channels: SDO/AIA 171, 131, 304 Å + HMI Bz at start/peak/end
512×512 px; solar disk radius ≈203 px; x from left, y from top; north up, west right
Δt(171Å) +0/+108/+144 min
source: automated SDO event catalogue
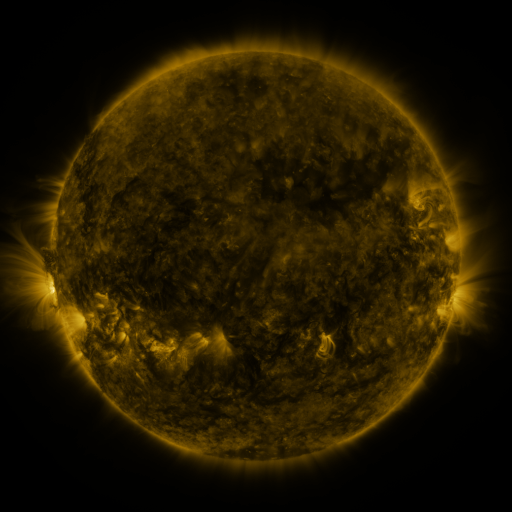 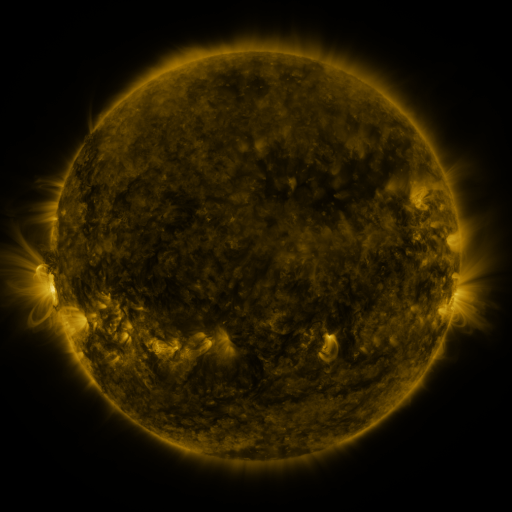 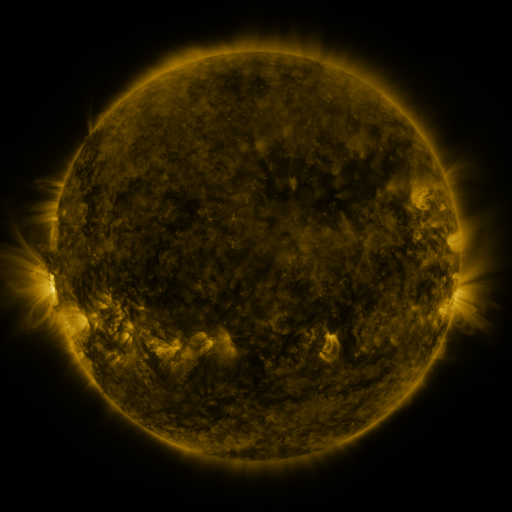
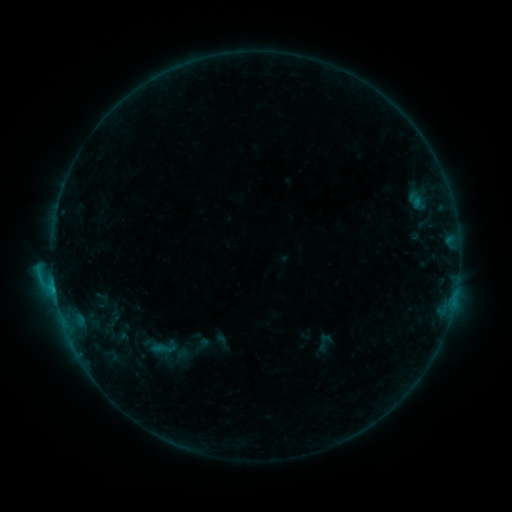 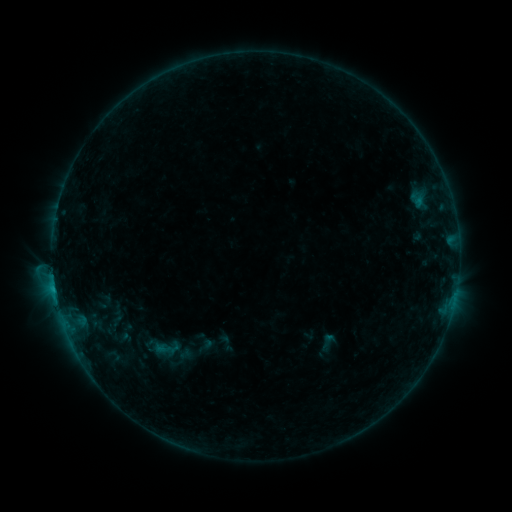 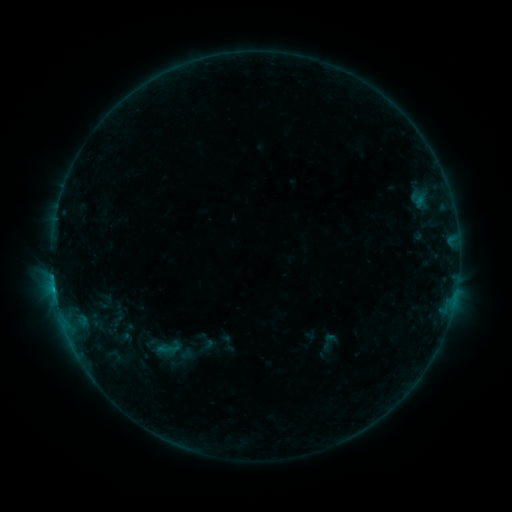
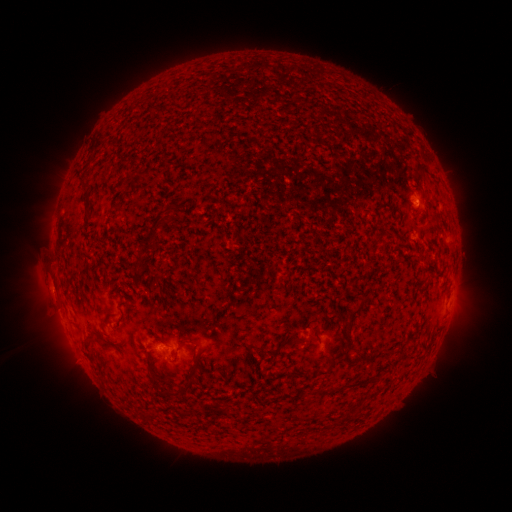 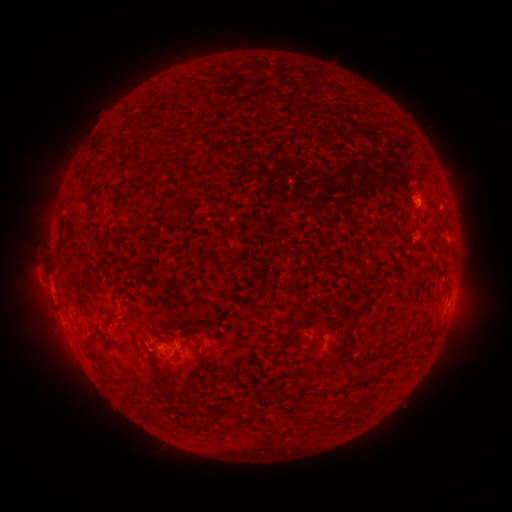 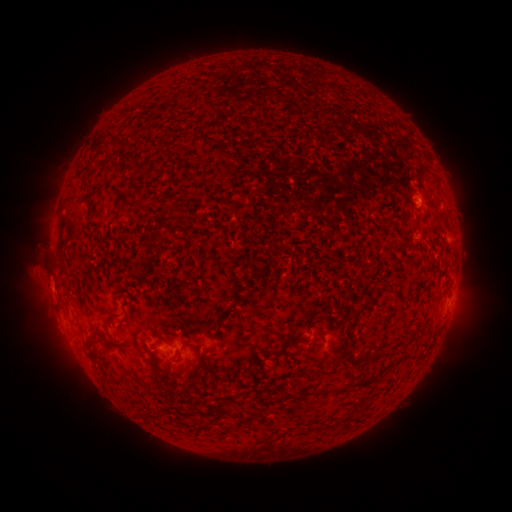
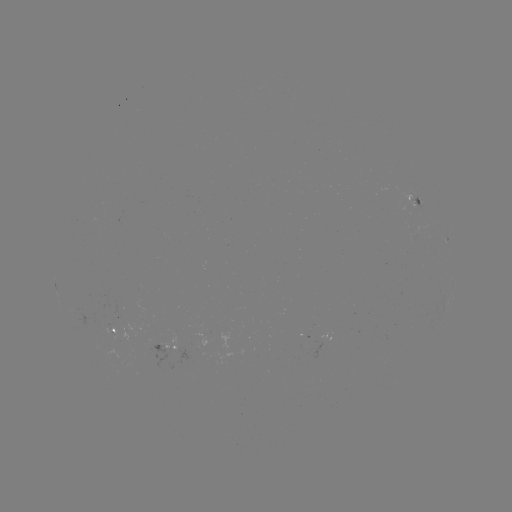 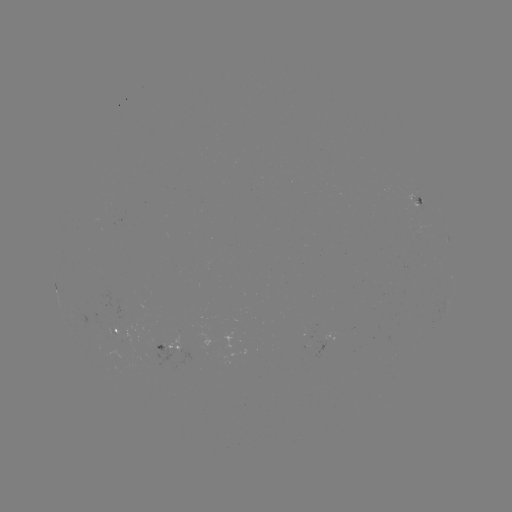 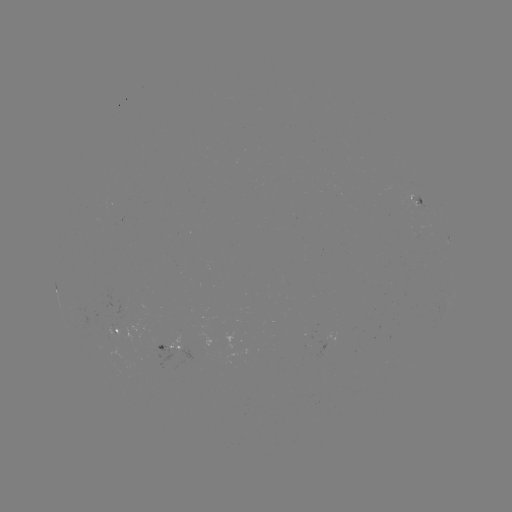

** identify emerging-flux region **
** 157,346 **